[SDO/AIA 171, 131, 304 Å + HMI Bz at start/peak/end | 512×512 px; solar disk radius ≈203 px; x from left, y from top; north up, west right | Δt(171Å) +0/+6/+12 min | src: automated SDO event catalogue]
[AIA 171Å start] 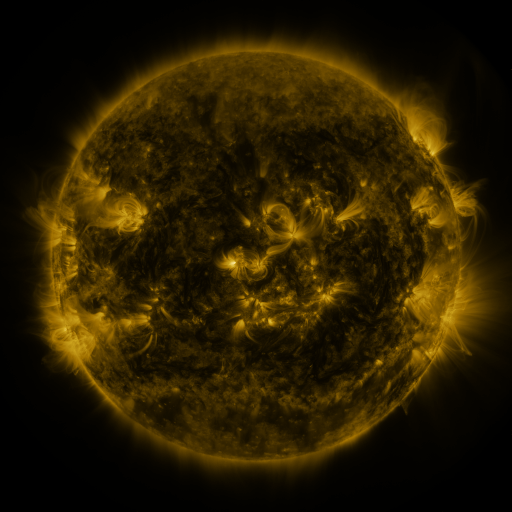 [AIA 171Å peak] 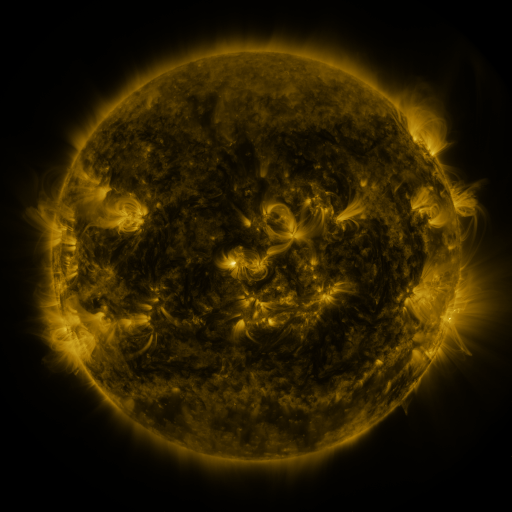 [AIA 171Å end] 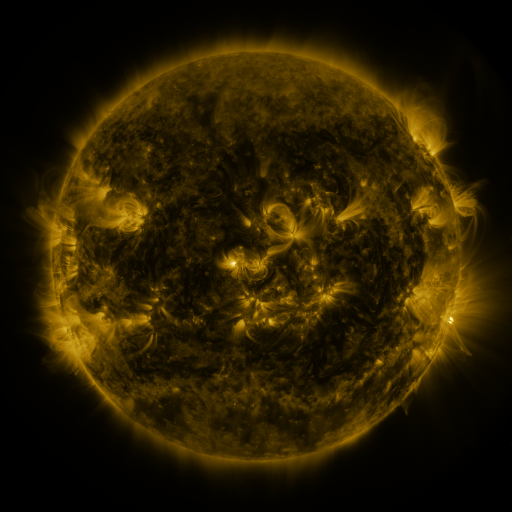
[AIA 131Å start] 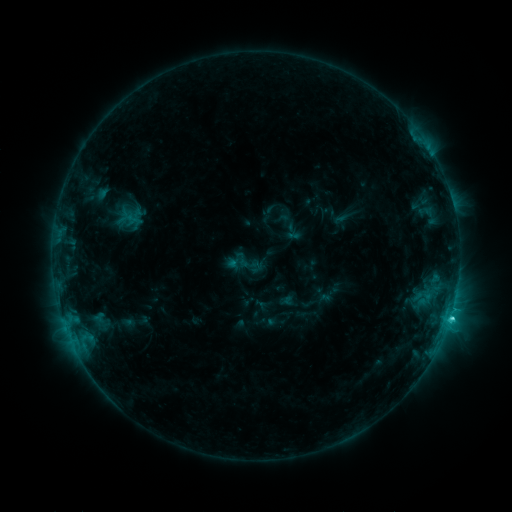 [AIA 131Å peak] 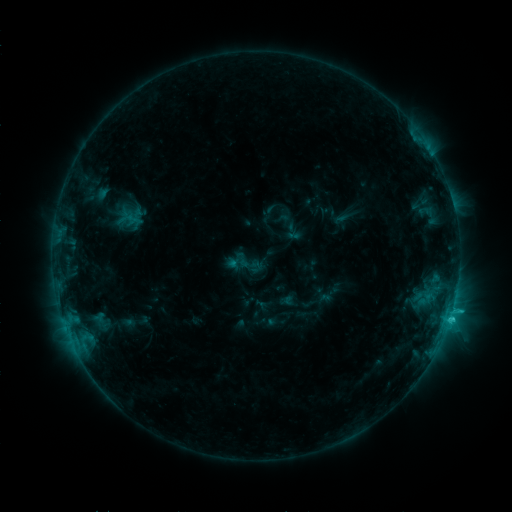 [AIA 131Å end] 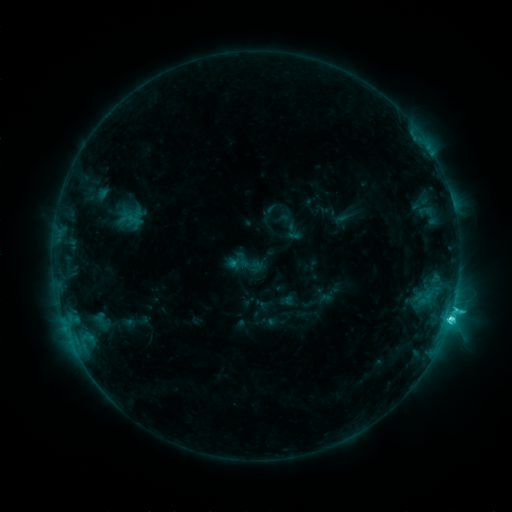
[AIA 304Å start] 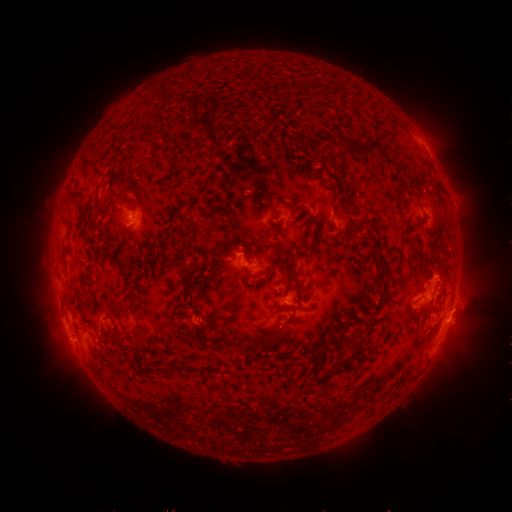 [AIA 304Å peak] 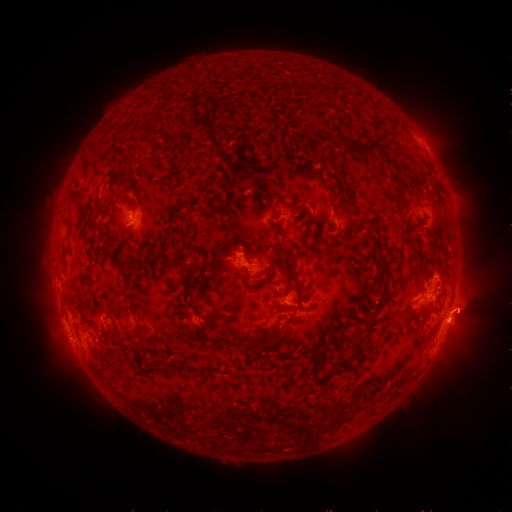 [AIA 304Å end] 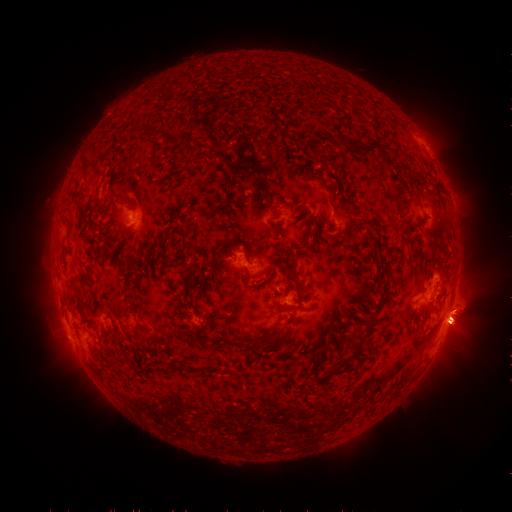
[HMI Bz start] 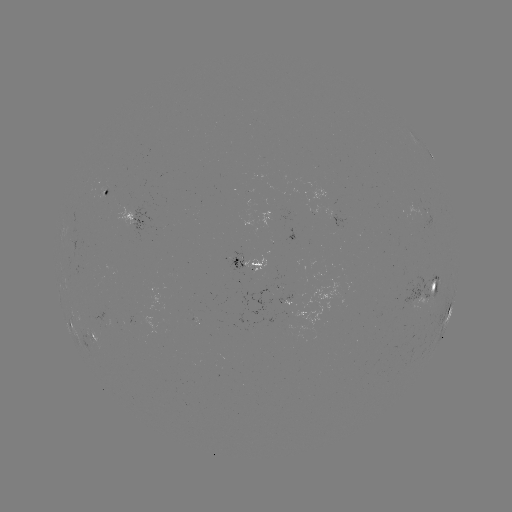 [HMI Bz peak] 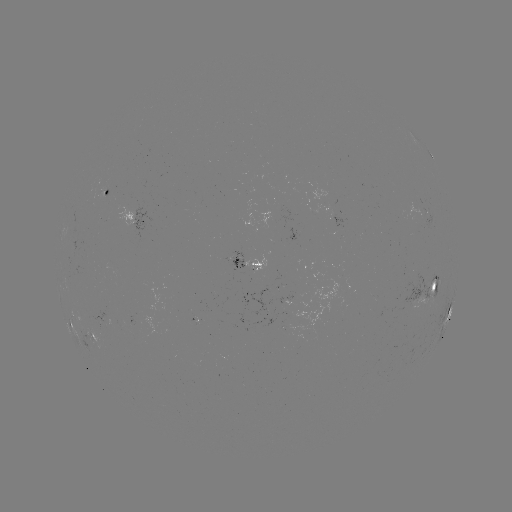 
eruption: [409, 276, 498, 361]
